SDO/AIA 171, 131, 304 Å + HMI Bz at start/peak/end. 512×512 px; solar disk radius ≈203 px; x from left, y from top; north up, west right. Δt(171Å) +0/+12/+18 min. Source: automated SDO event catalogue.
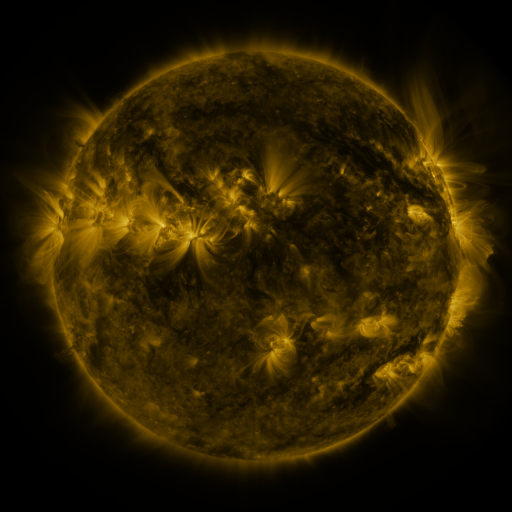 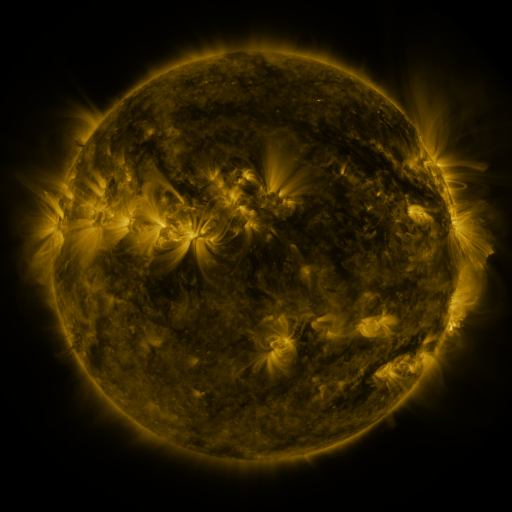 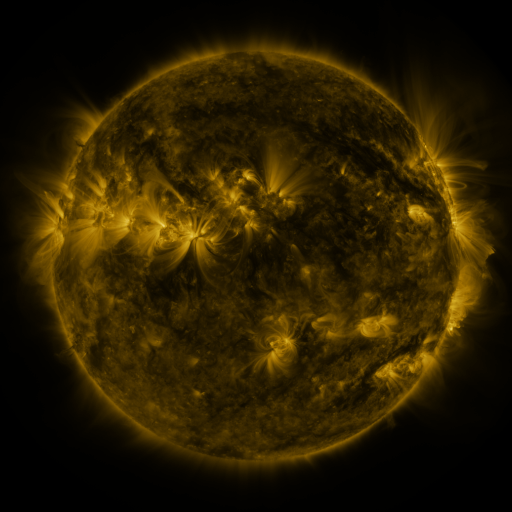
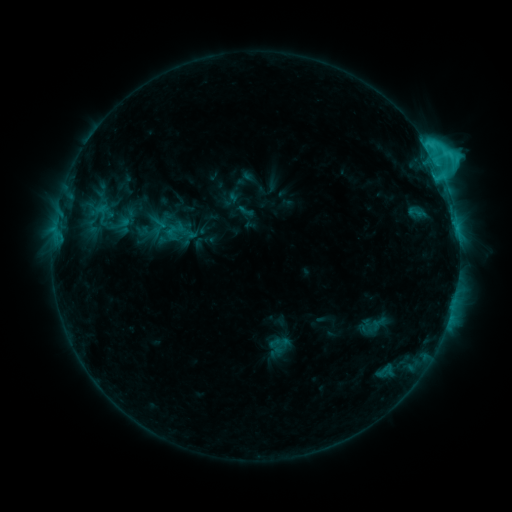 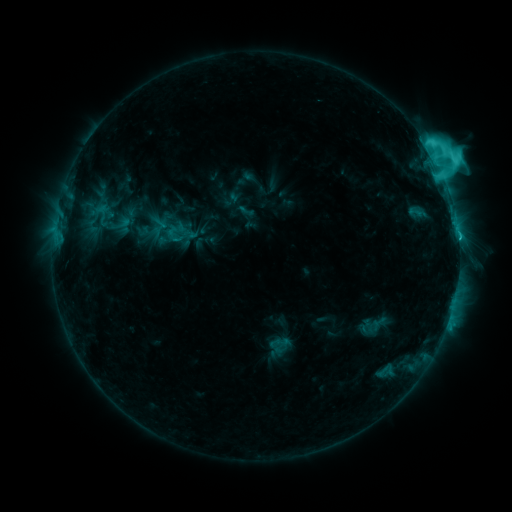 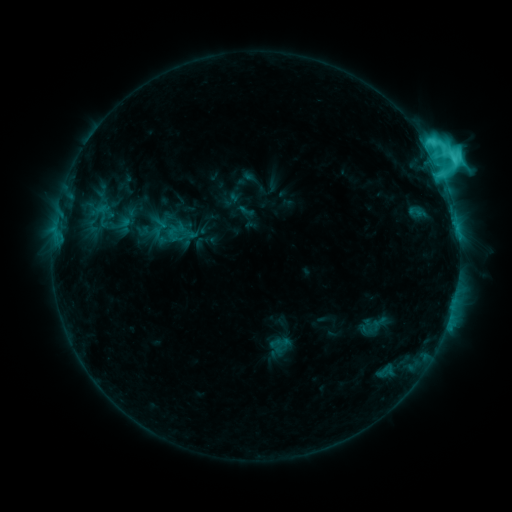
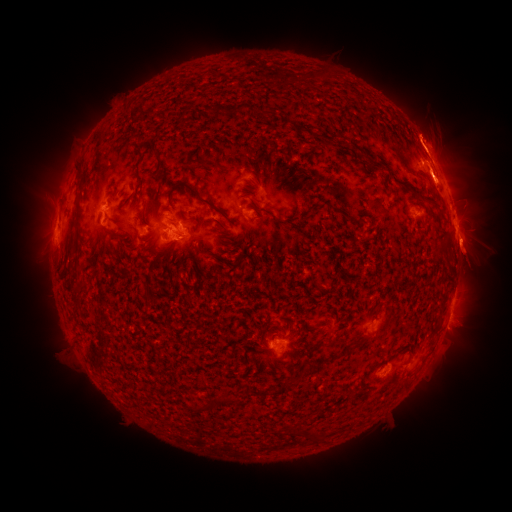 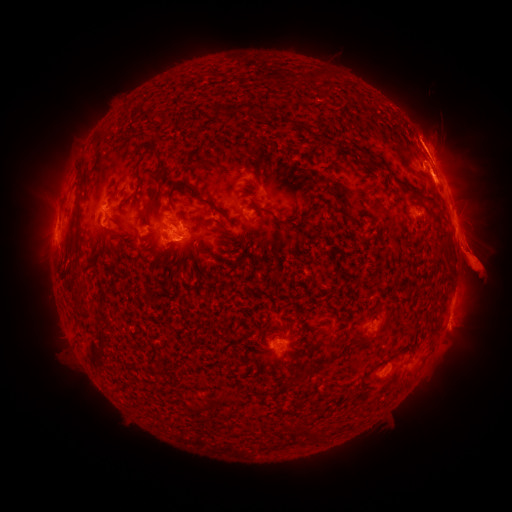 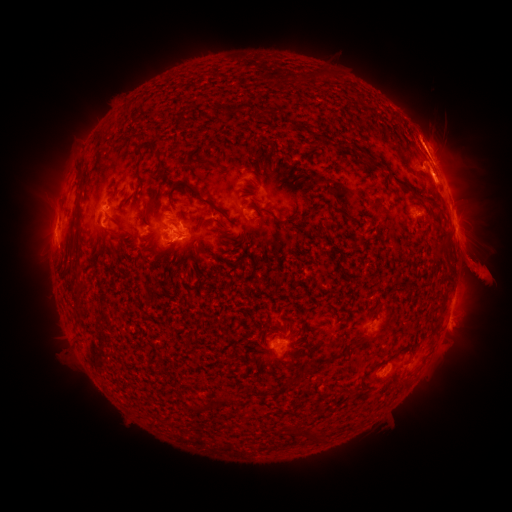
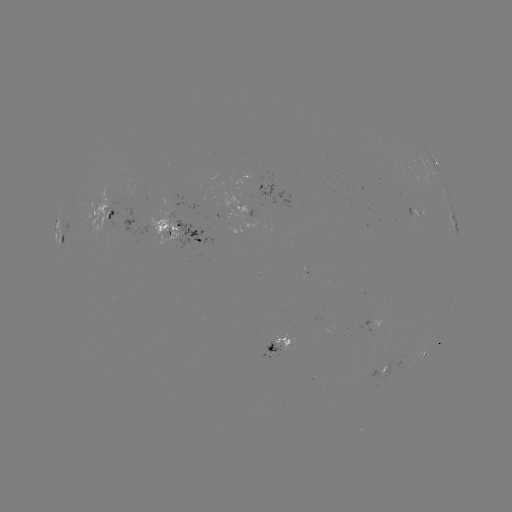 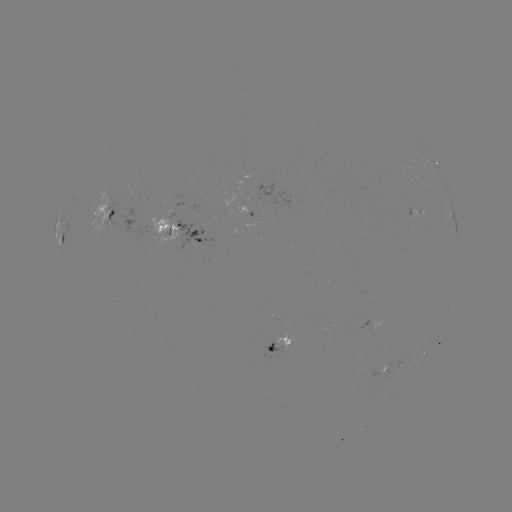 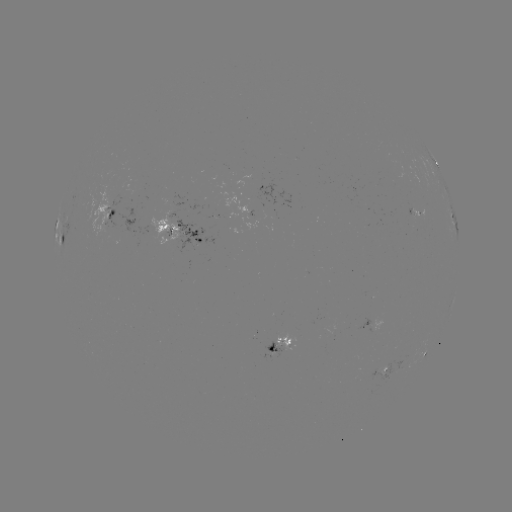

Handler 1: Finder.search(eruption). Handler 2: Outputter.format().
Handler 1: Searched eruption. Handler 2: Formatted (42, 258).